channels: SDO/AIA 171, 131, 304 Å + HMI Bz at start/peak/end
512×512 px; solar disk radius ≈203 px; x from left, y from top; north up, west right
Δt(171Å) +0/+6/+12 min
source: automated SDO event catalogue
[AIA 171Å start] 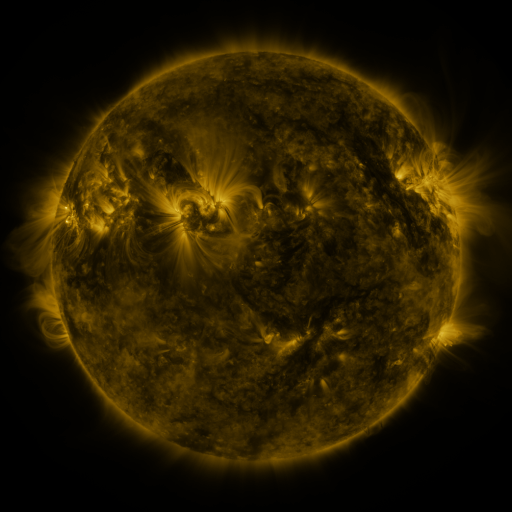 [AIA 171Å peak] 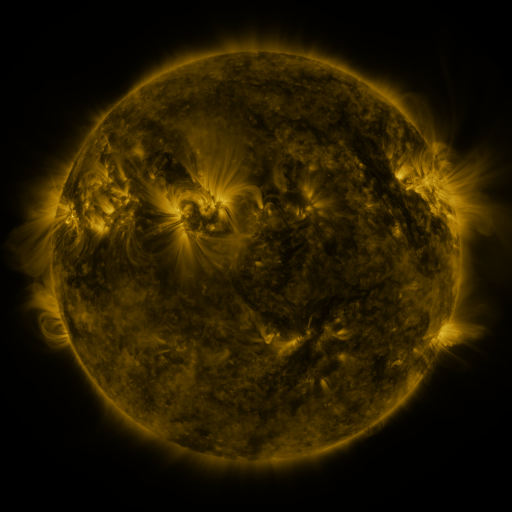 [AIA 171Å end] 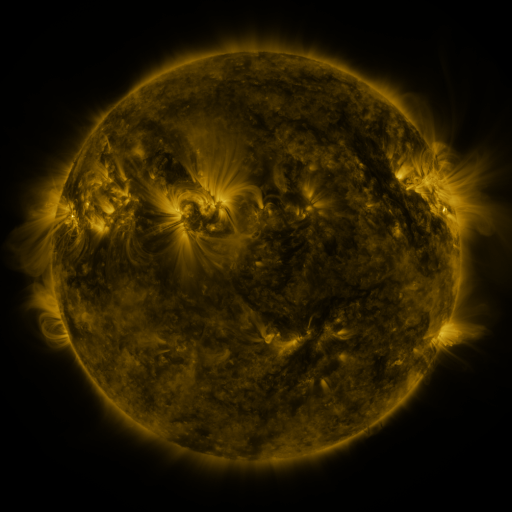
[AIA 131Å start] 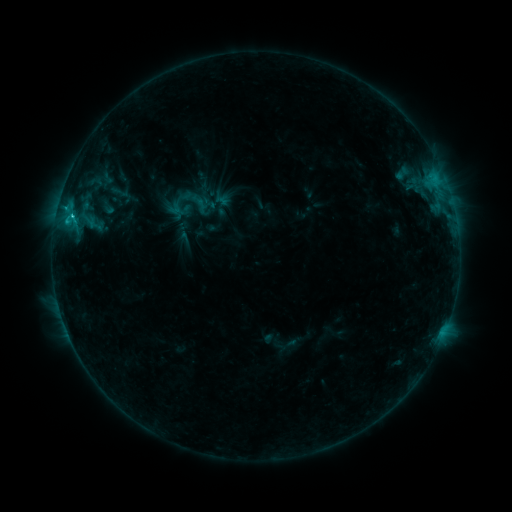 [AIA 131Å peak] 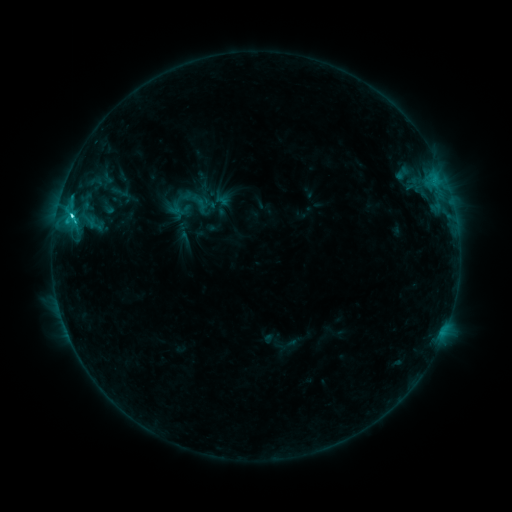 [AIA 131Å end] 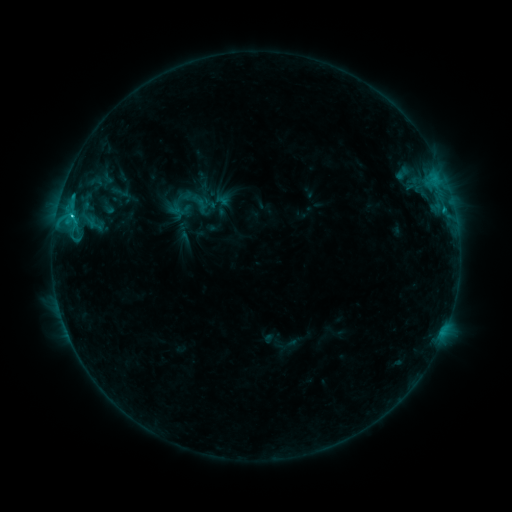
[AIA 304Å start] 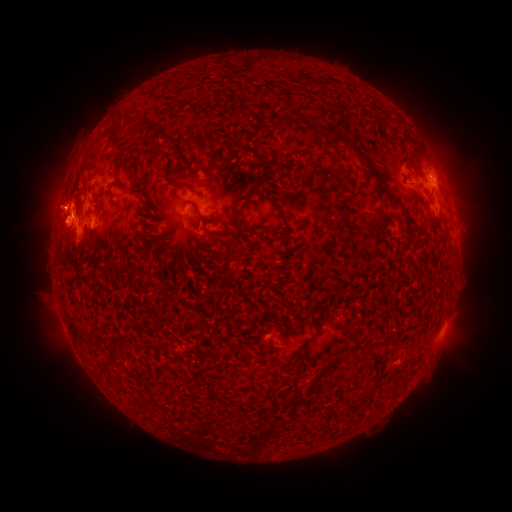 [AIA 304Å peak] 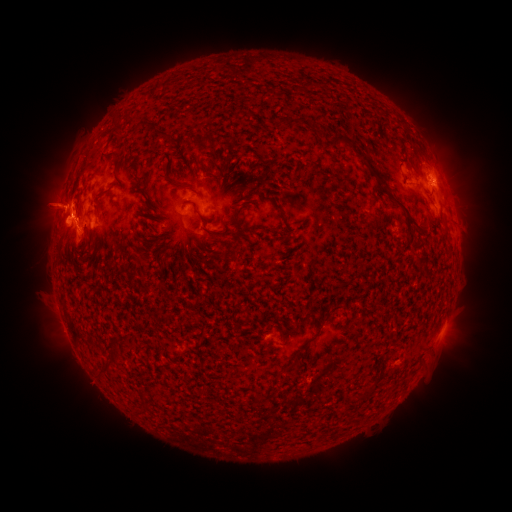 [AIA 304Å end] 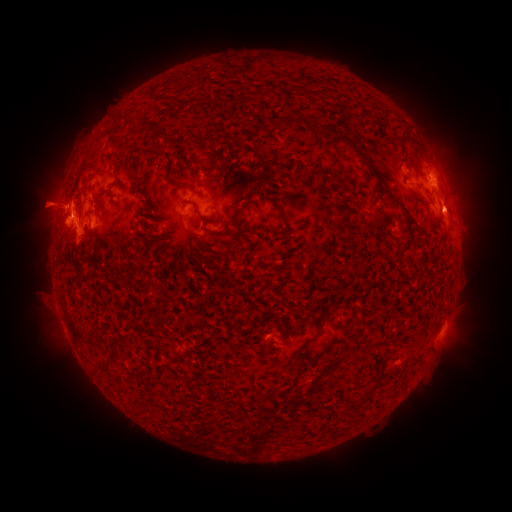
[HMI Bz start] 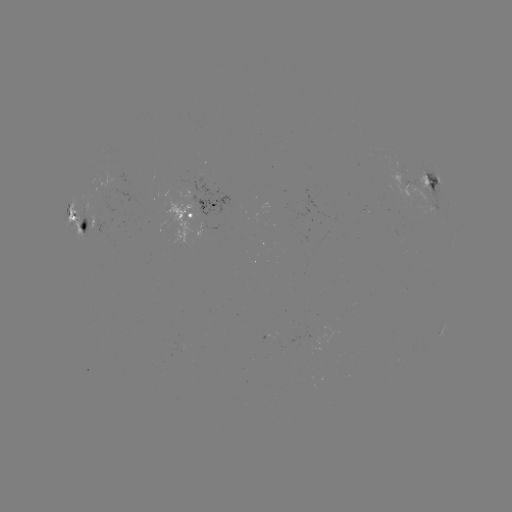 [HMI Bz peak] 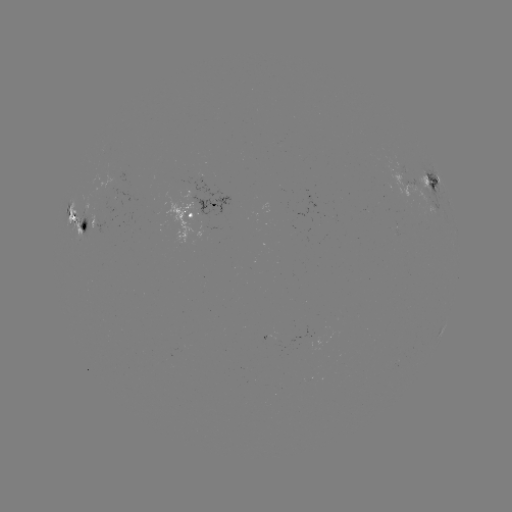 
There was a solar eruption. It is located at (47, 201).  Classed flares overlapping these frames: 1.